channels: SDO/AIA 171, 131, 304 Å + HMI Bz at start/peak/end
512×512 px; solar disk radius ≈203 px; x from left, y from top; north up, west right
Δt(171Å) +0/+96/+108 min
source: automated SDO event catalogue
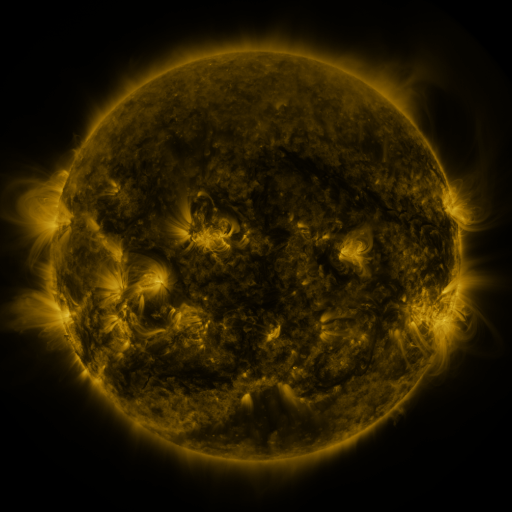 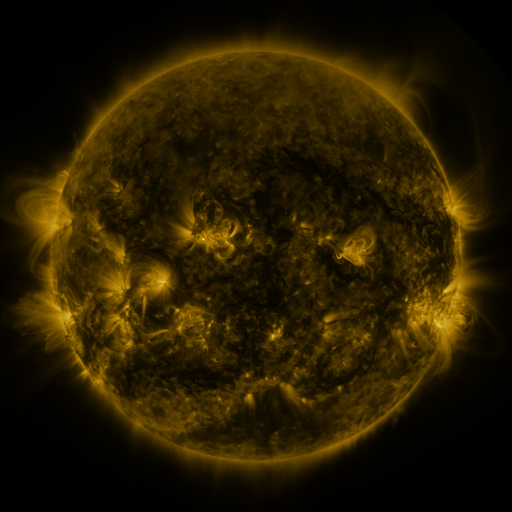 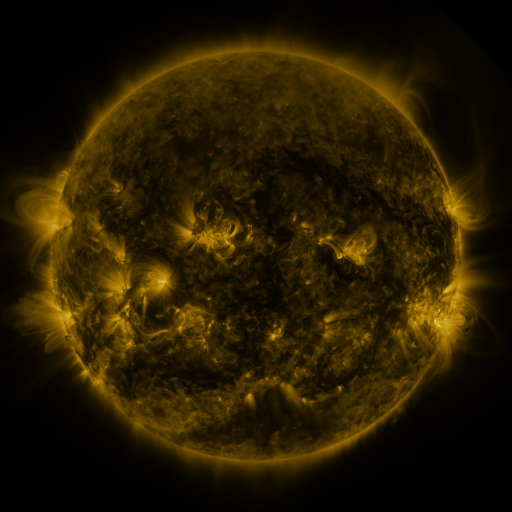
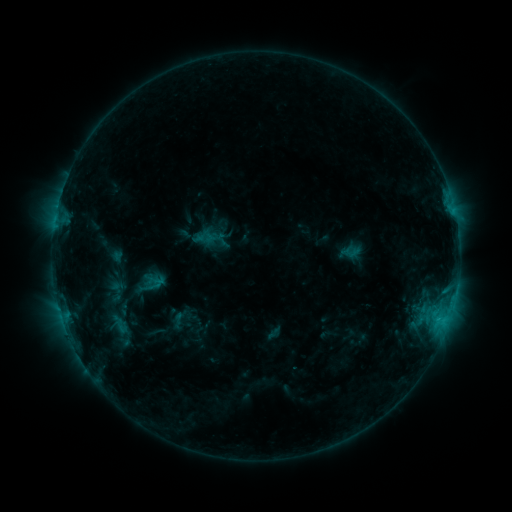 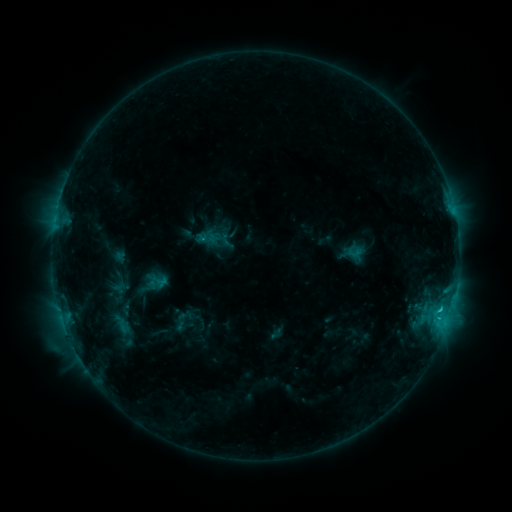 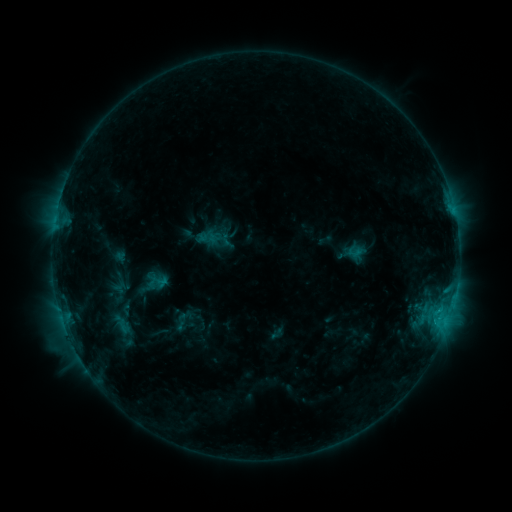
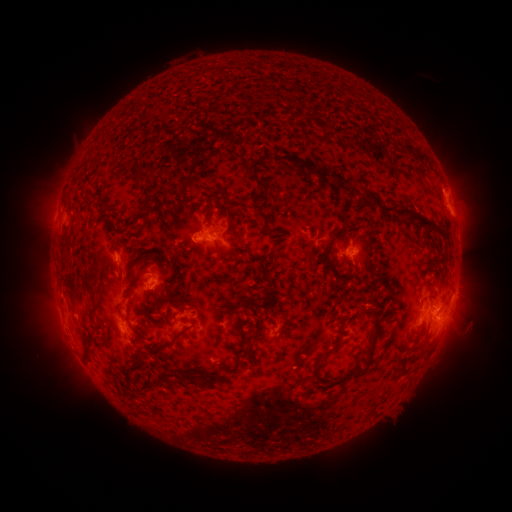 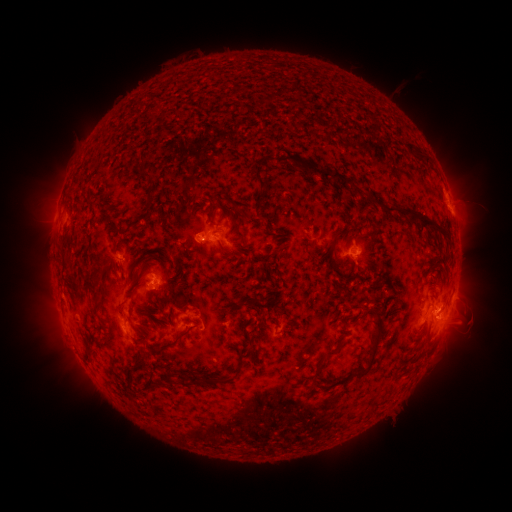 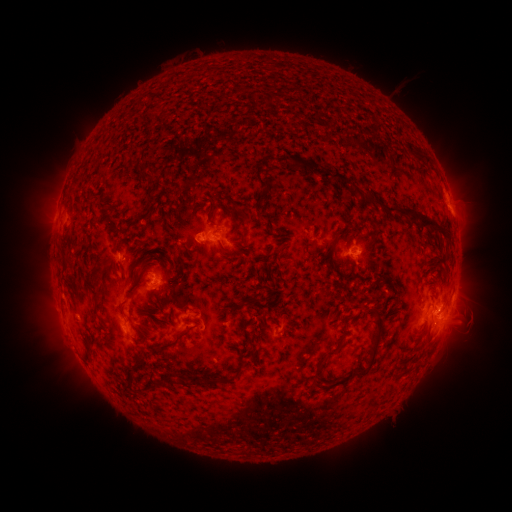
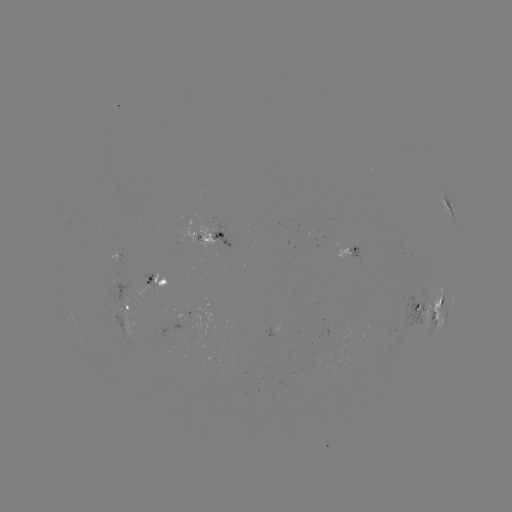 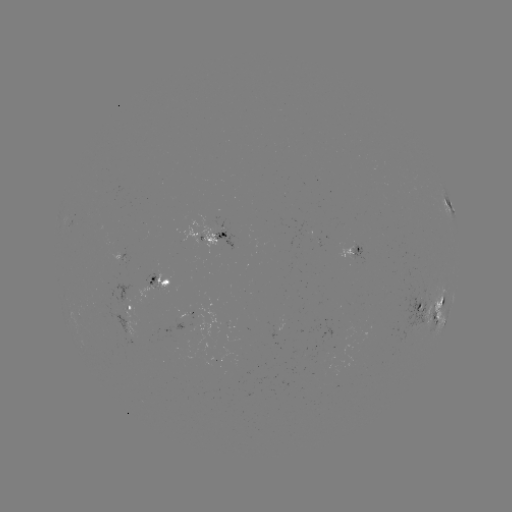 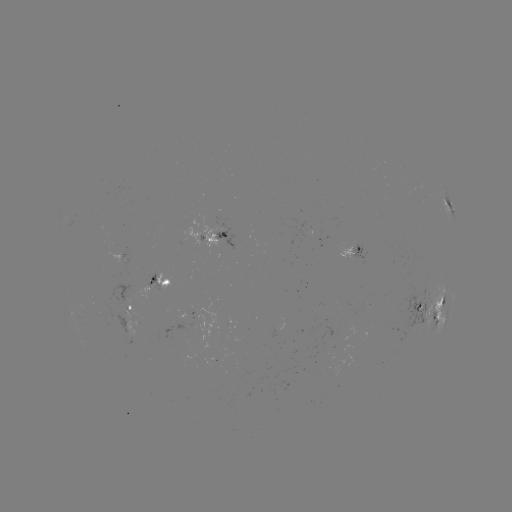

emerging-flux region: <bbox>119, 247, 129, 270</bbox>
